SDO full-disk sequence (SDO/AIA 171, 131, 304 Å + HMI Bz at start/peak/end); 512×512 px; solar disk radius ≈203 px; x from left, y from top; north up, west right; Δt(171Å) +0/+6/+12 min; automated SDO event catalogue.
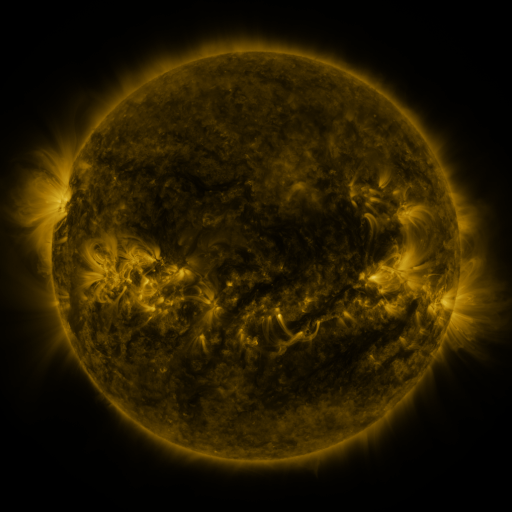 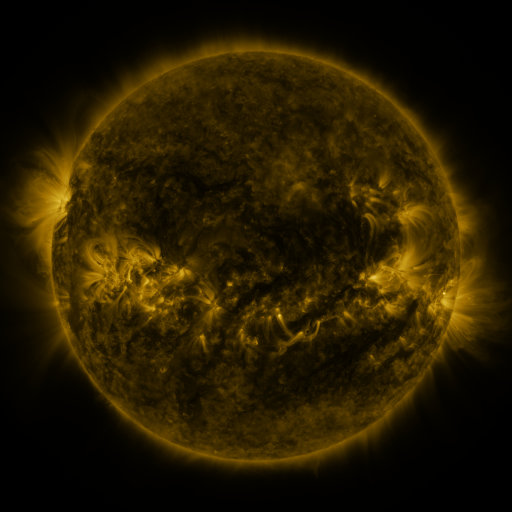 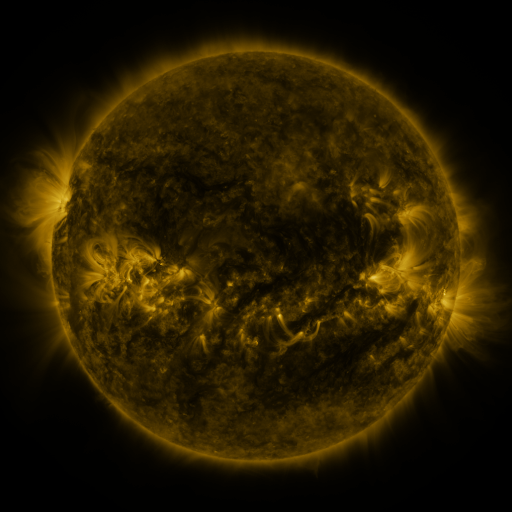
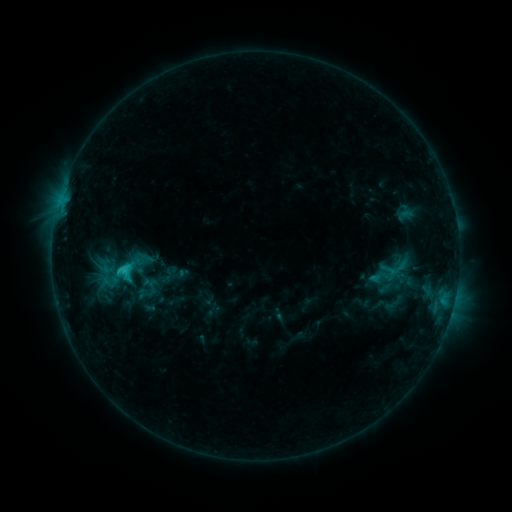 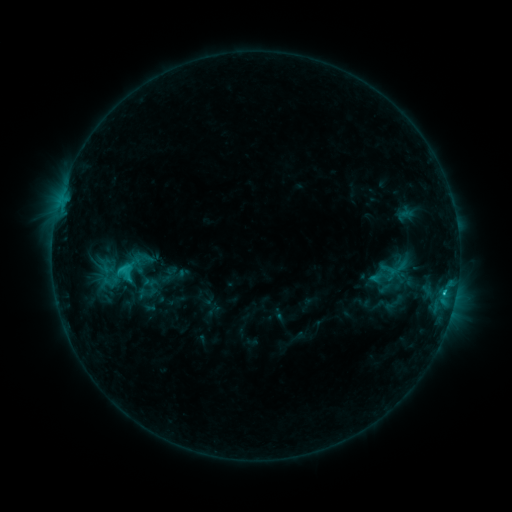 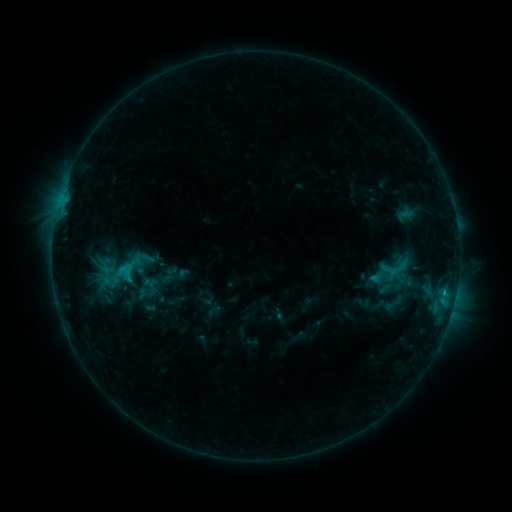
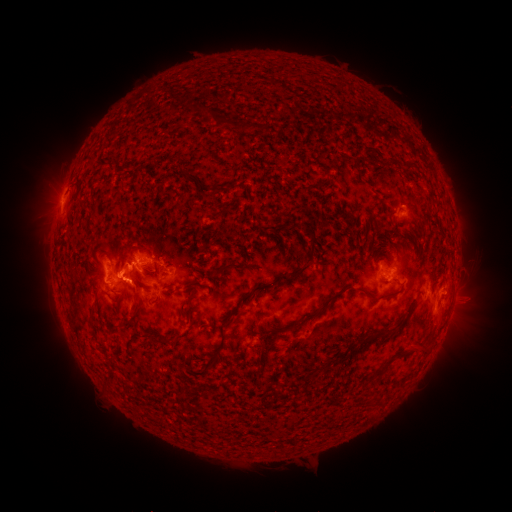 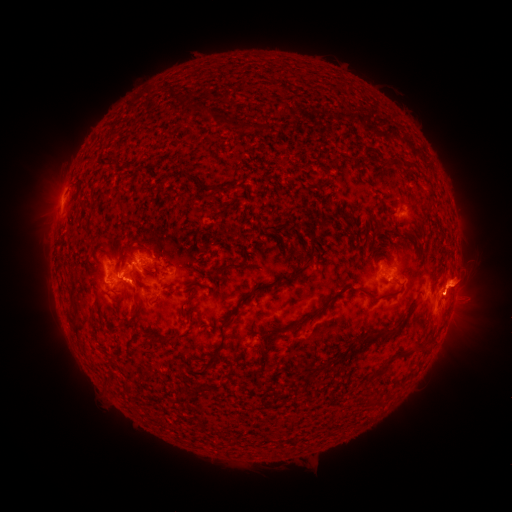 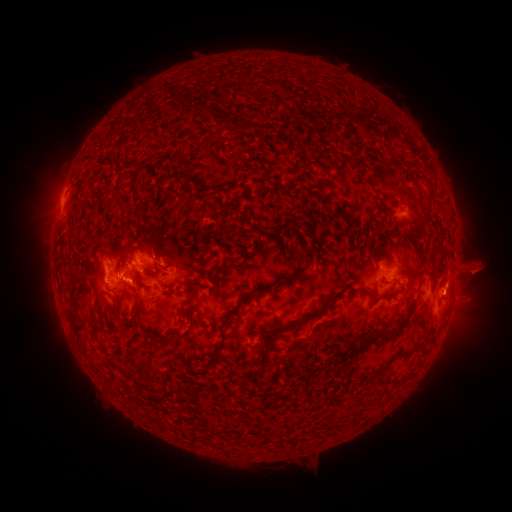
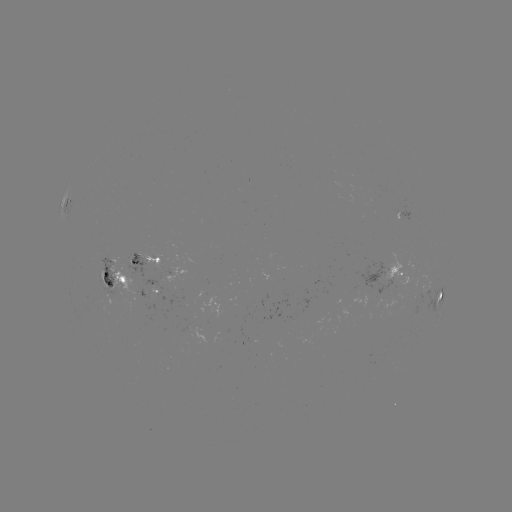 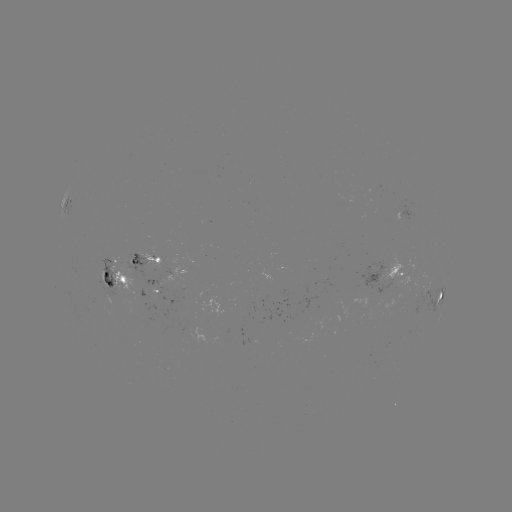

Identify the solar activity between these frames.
eruption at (468, 227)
